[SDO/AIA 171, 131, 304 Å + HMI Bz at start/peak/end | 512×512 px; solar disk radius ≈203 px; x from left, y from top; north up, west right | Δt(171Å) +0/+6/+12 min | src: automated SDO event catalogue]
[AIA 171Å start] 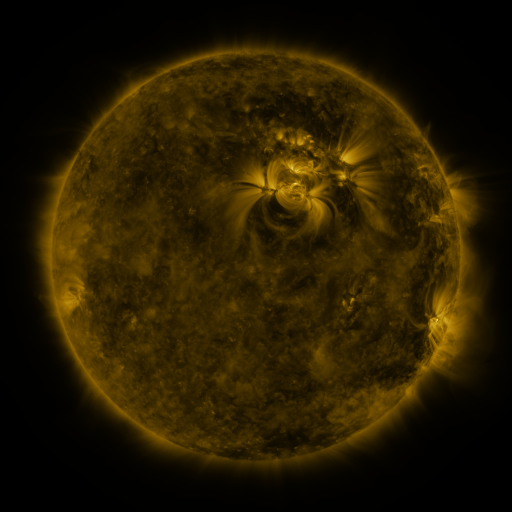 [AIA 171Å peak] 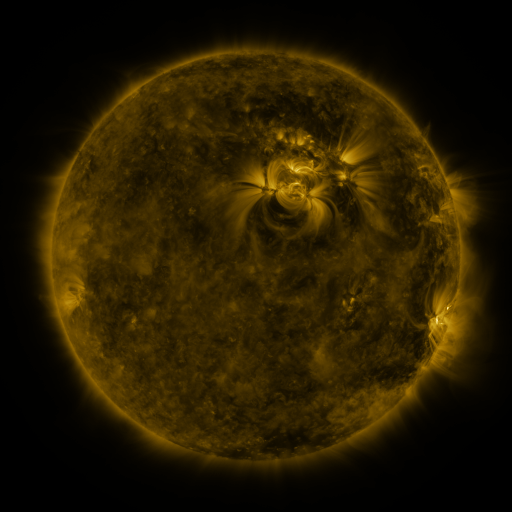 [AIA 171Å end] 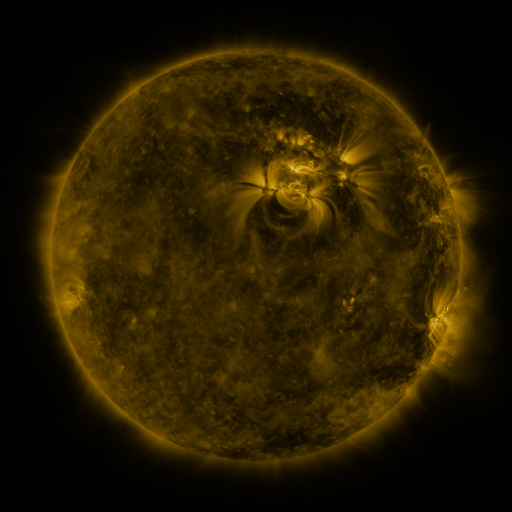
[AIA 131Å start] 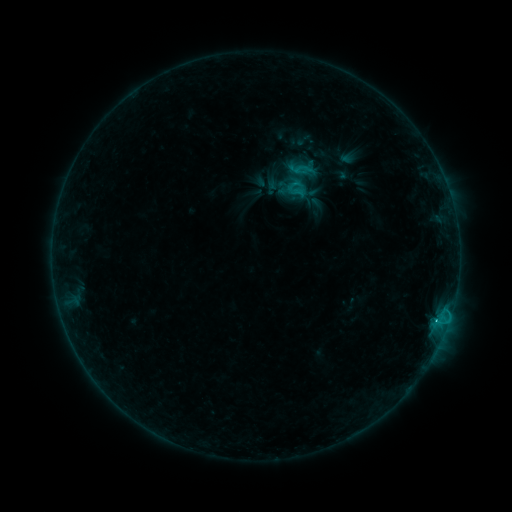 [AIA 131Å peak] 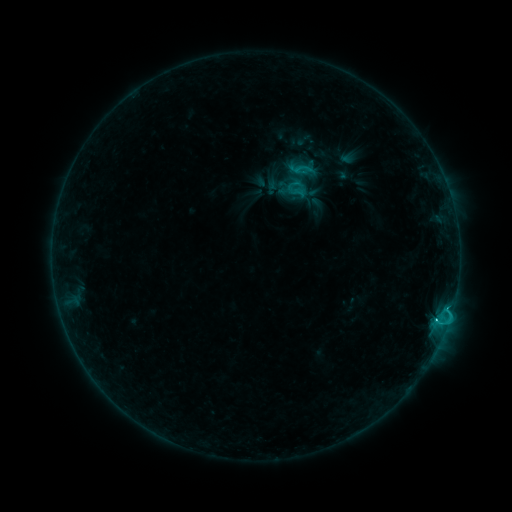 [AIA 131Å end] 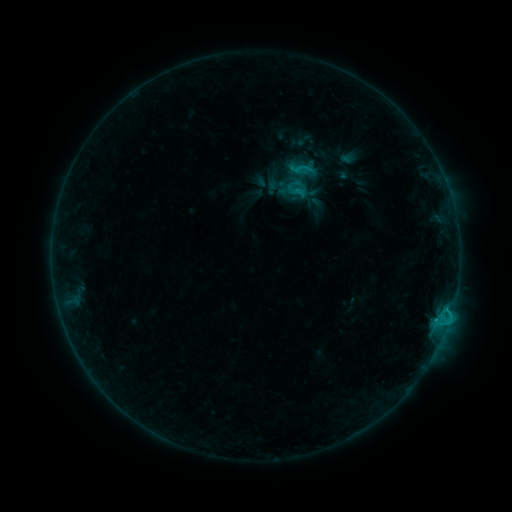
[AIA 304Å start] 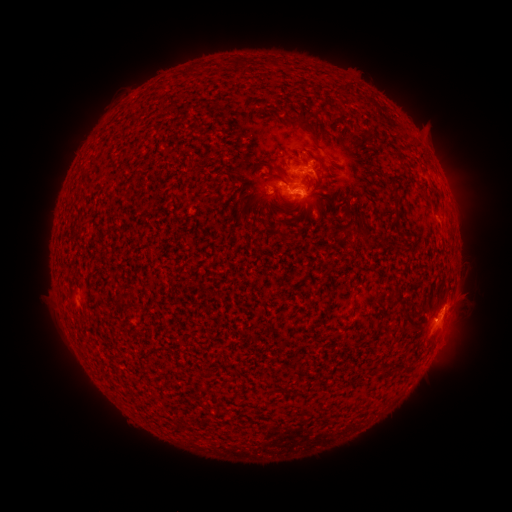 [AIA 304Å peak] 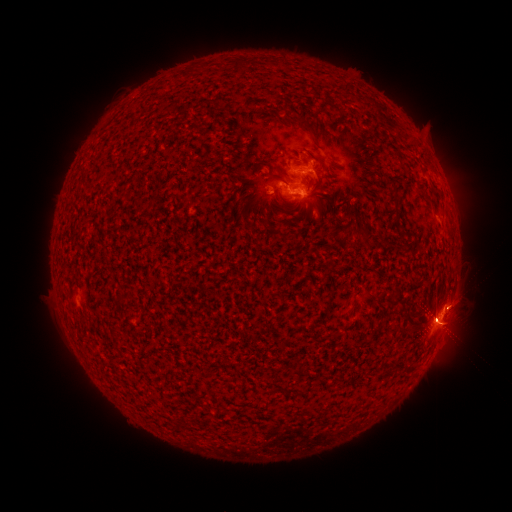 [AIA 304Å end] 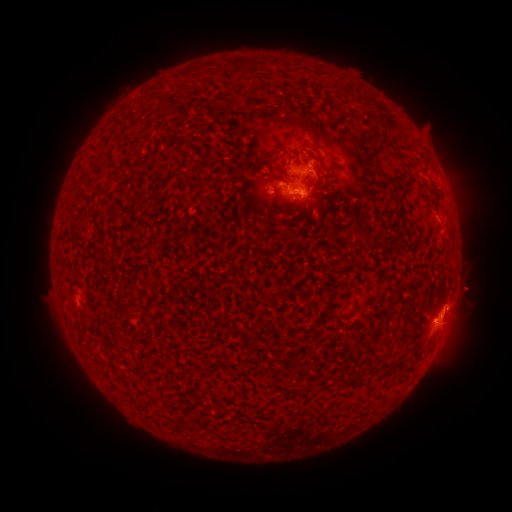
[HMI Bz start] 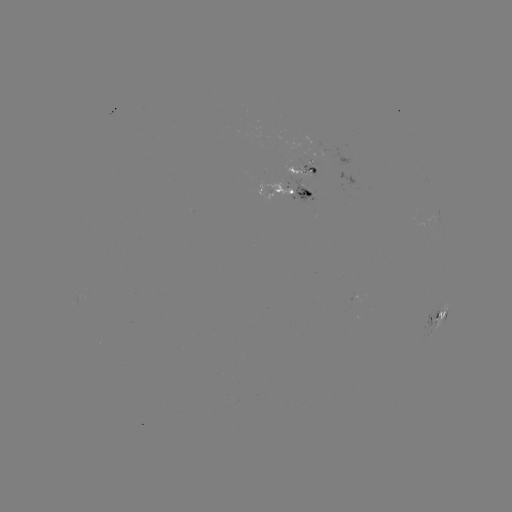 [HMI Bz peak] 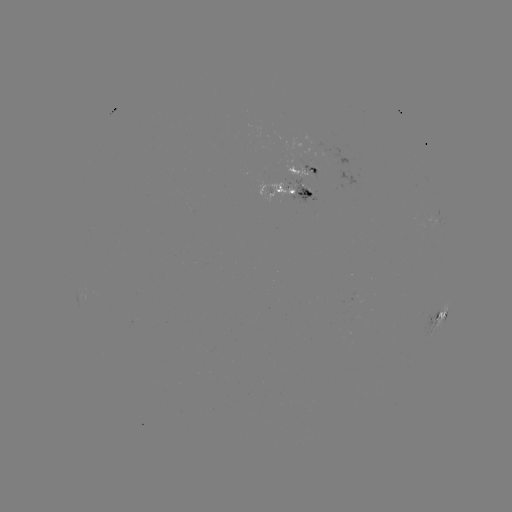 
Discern C6.1 flare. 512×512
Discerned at [444, 309].